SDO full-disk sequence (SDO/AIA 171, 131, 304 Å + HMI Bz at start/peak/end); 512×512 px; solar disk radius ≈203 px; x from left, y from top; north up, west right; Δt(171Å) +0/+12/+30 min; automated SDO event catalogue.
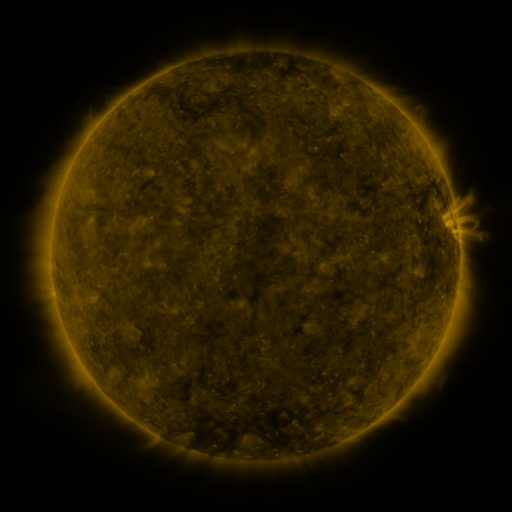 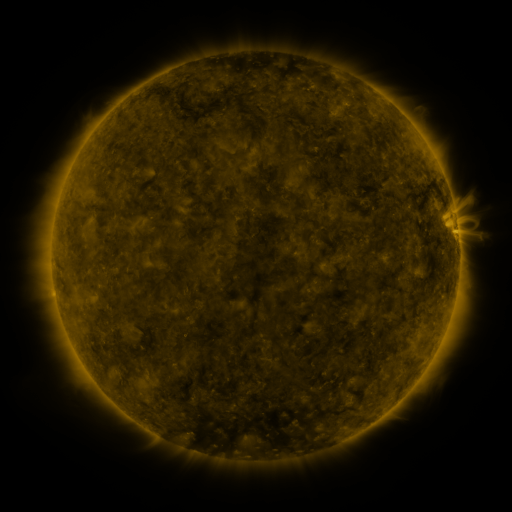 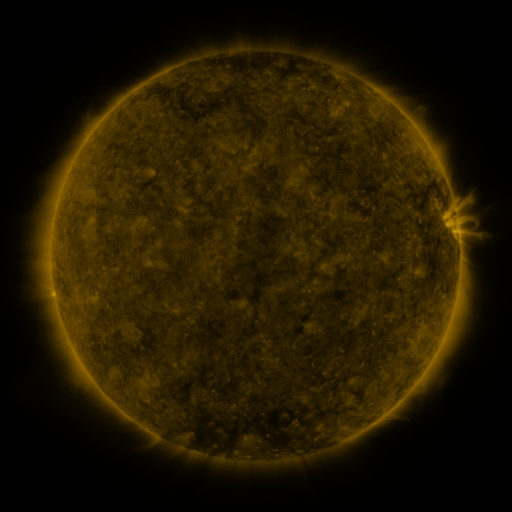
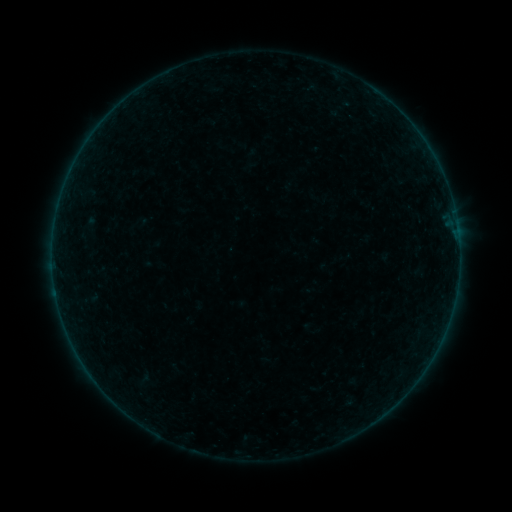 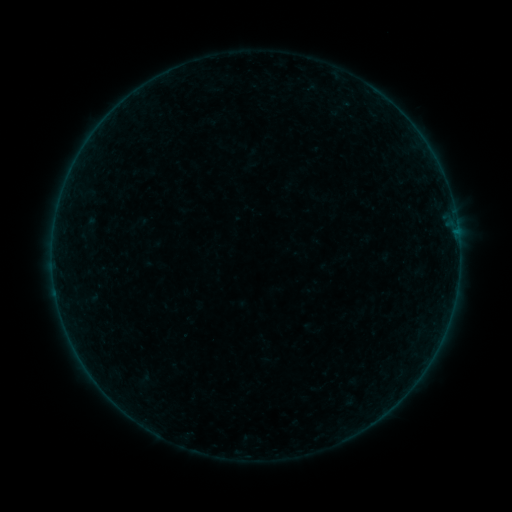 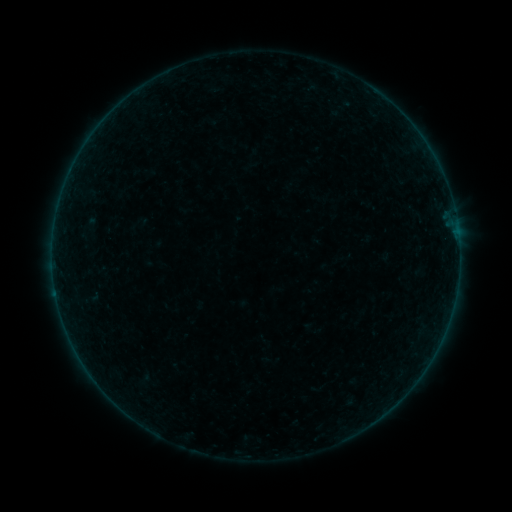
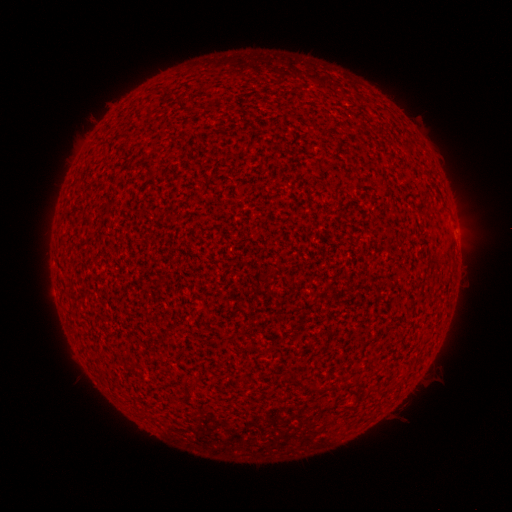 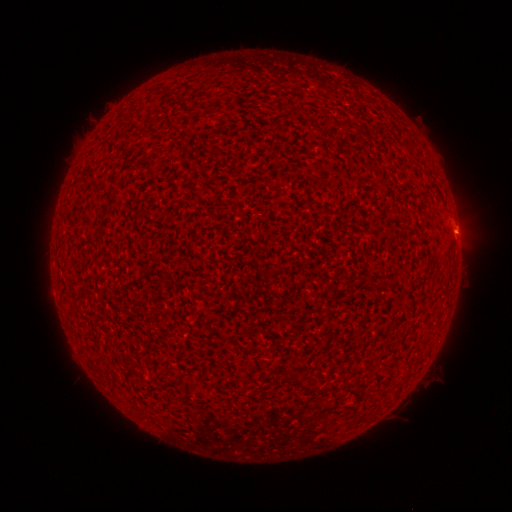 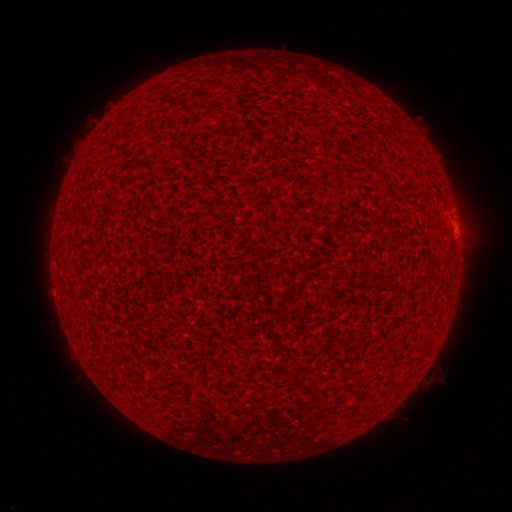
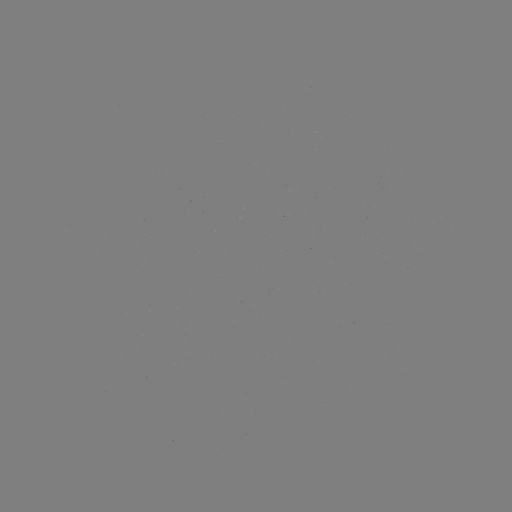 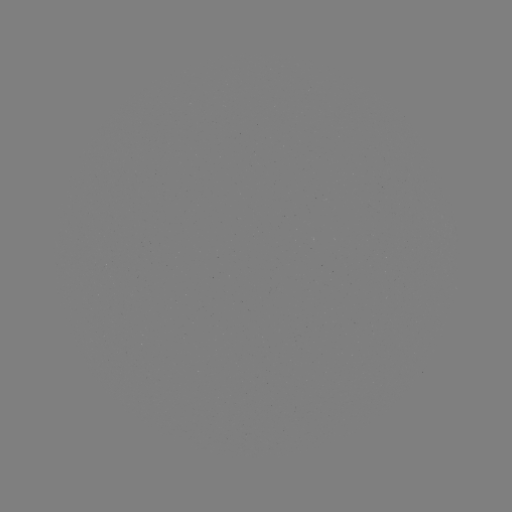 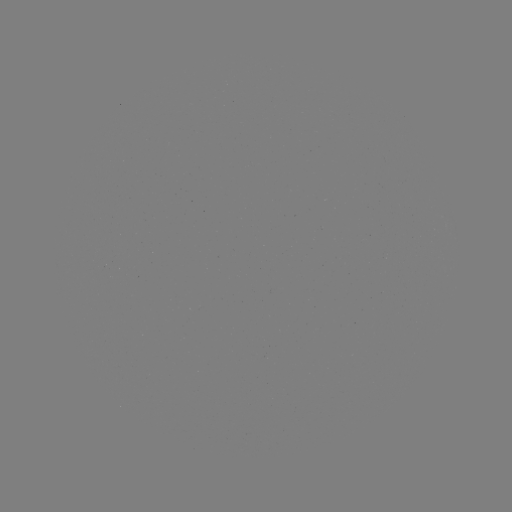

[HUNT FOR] A2.5 flare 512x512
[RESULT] [457, 234]